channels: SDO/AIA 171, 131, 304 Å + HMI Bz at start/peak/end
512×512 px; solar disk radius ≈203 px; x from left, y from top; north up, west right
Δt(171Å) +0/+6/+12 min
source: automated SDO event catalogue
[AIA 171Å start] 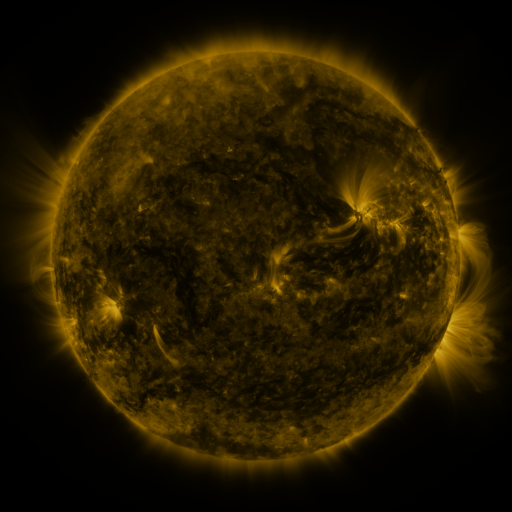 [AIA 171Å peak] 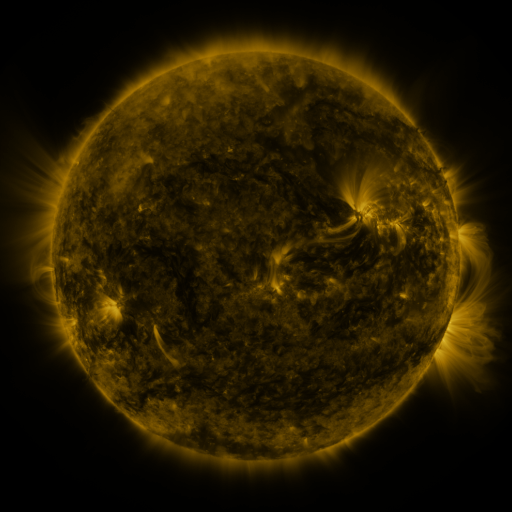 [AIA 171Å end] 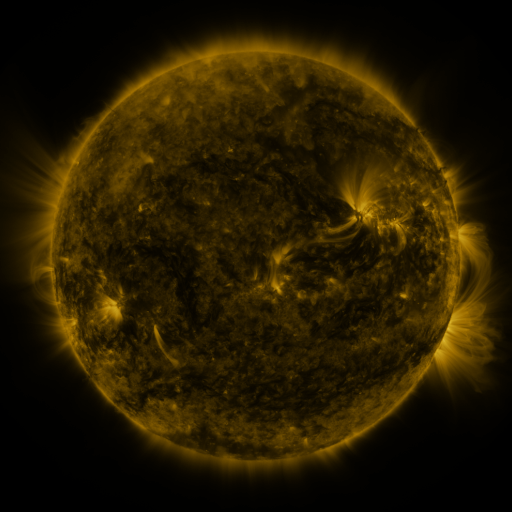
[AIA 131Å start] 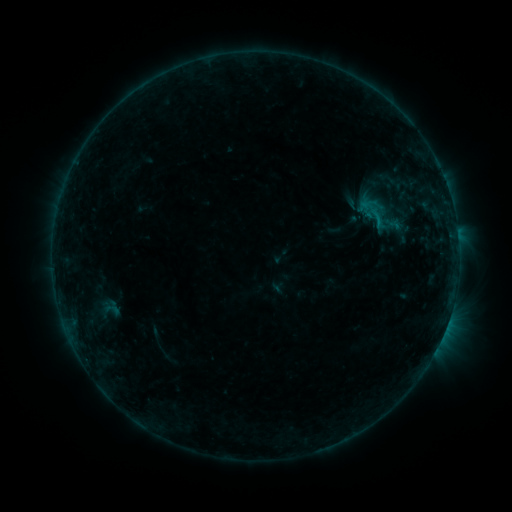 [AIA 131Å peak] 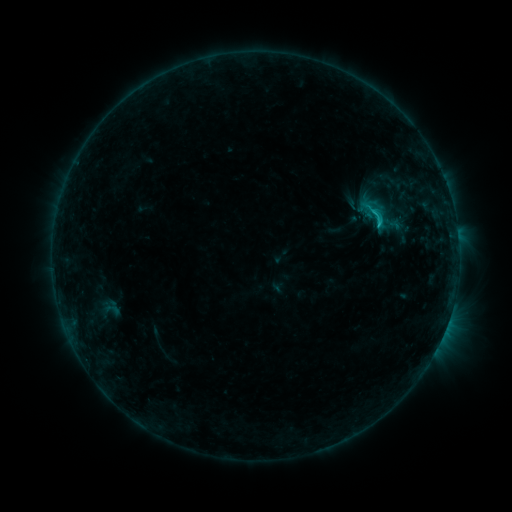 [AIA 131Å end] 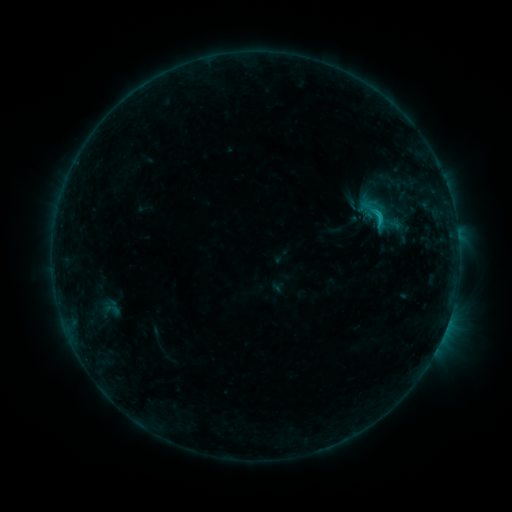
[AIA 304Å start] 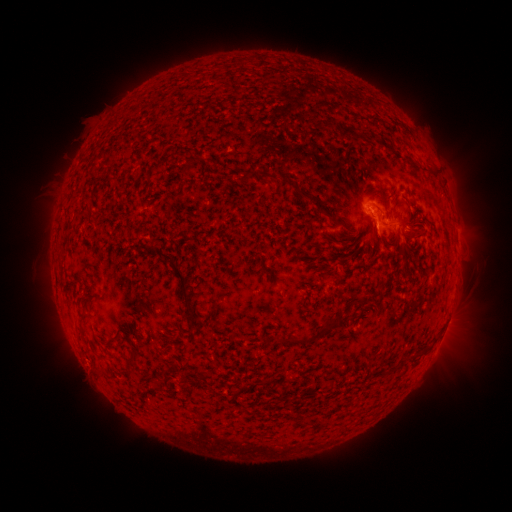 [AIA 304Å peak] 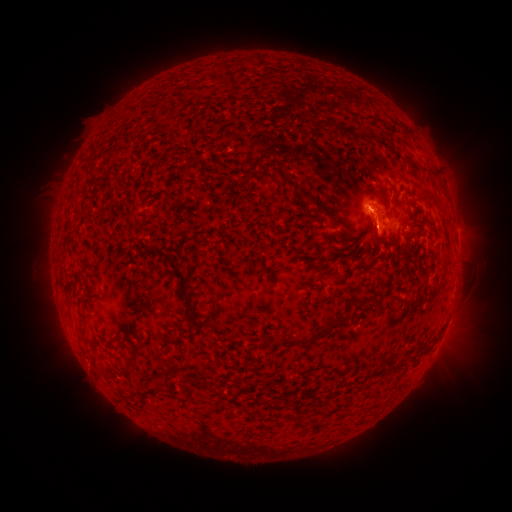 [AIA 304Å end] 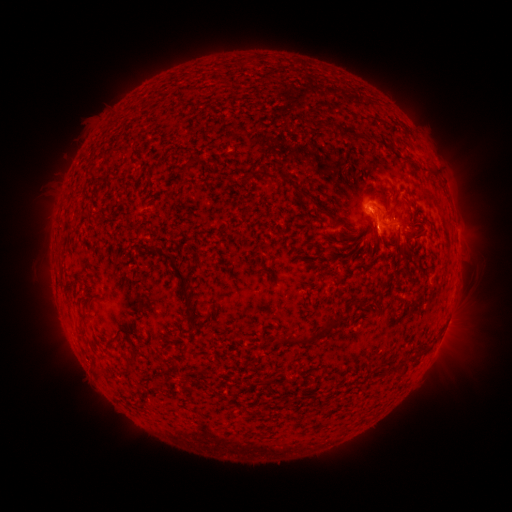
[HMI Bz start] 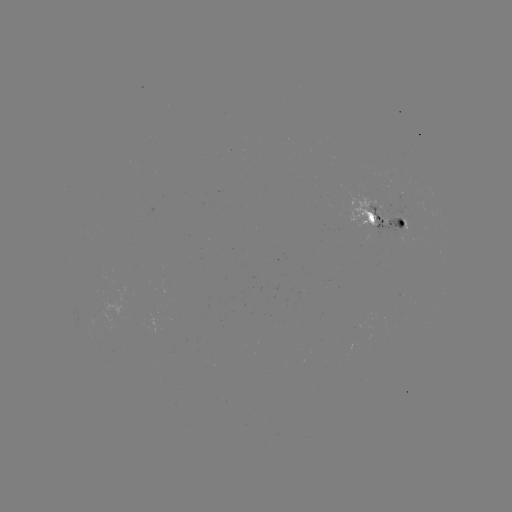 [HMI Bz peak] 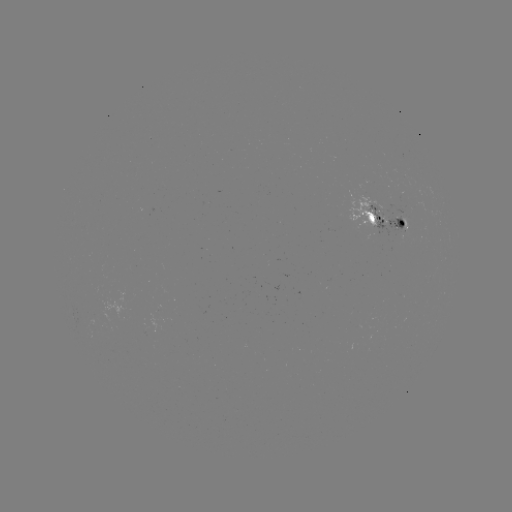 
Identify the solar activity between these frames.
C1.3 flare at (376, 226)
